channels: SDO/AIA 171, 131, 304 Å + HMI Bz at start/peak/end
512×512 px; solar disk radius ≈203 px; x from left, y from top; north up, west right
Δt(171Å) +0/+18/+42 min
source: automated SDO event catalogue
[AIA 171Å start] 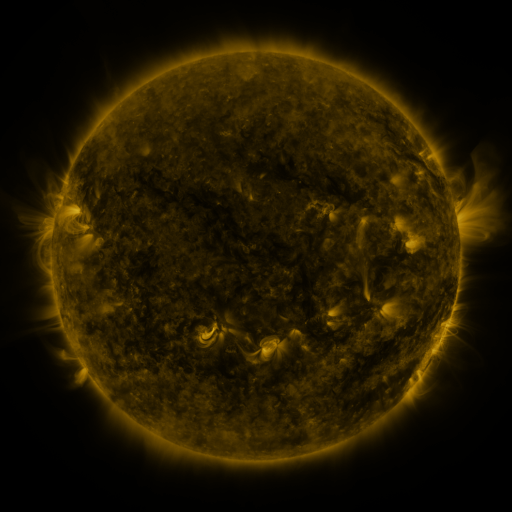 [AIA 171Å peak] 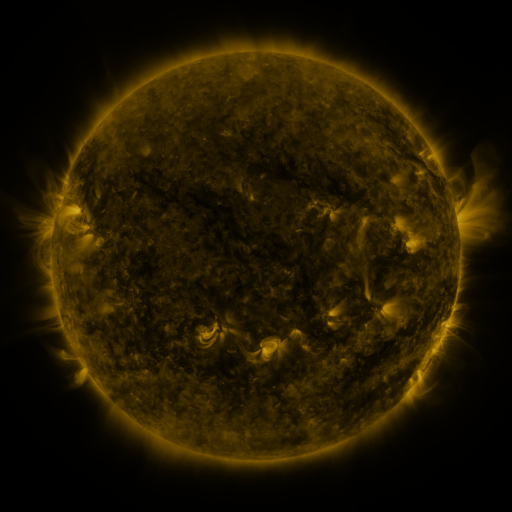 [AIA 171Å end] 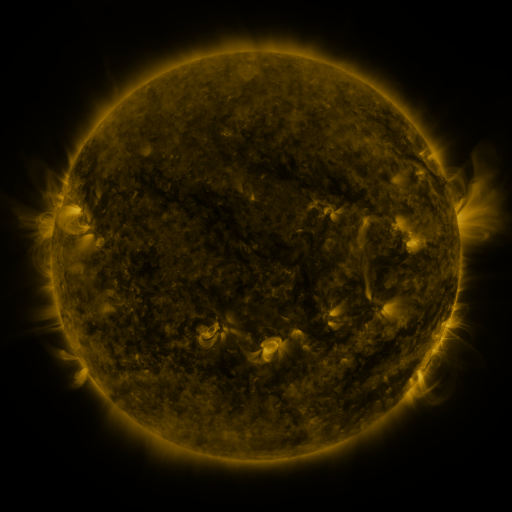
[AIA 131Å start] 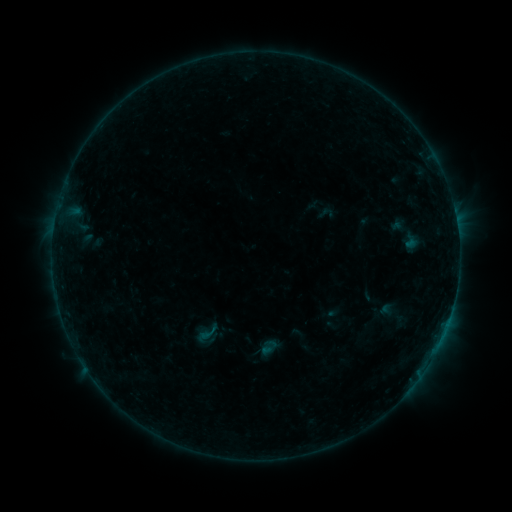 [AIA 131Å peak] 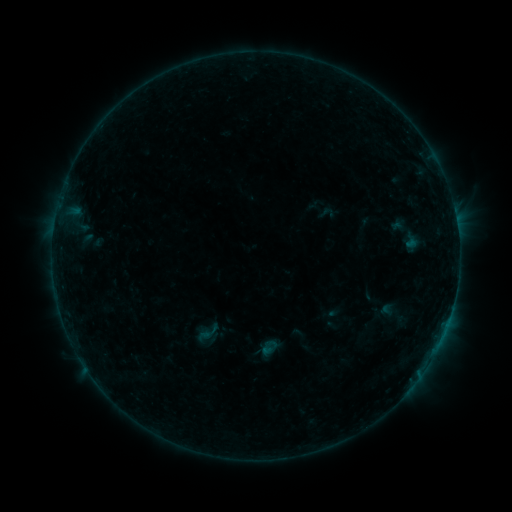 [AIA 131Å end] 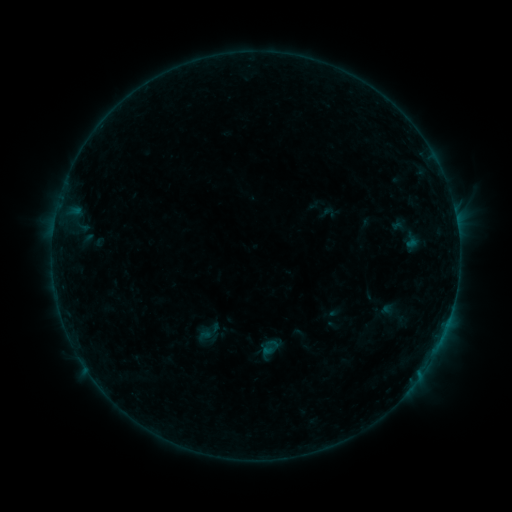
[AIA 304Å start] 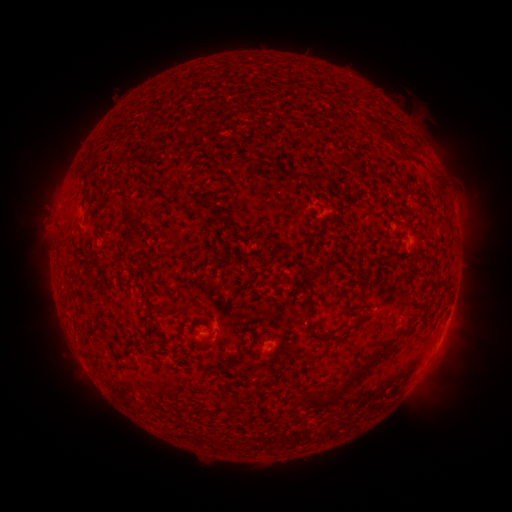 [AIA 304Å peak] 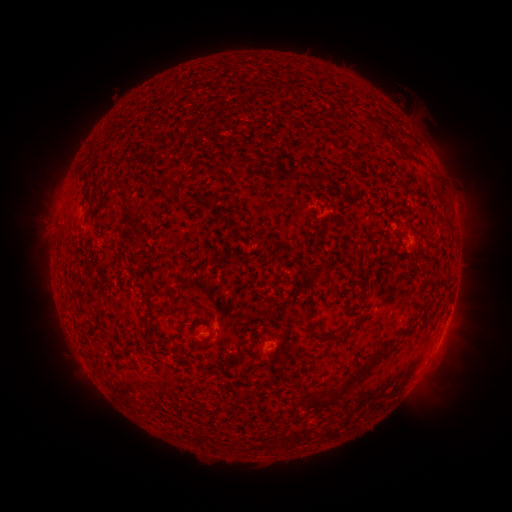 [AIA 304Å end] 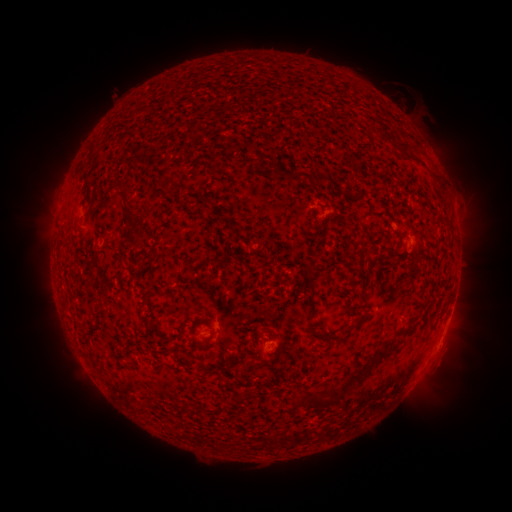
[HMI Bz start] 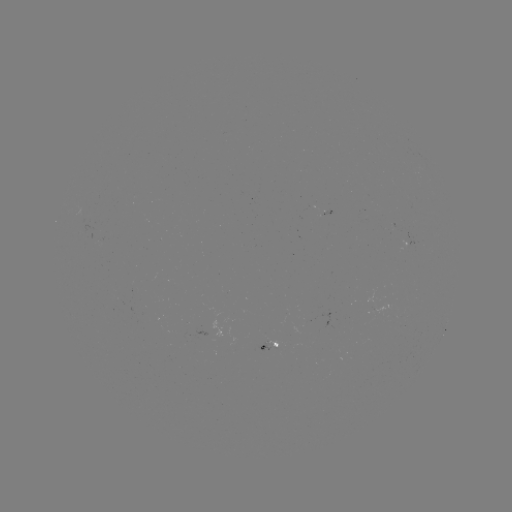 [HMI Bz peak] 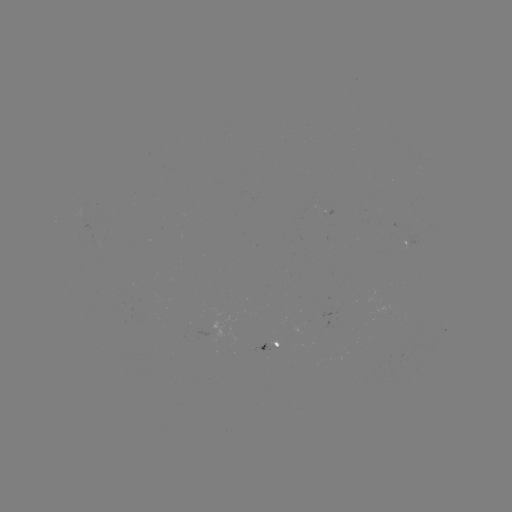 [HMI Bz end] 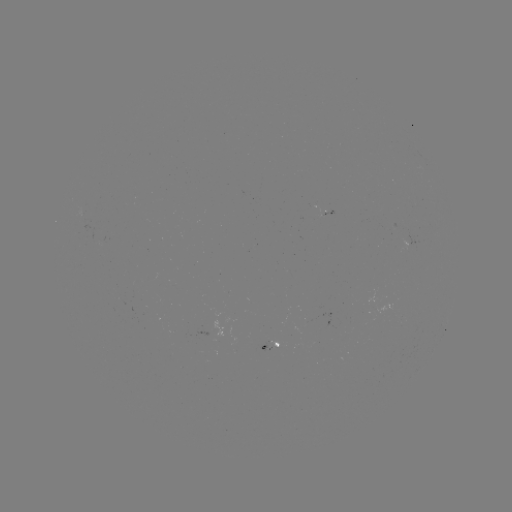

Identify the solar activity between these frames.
no classed flare was catalogued and no EUV brightening was flagged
